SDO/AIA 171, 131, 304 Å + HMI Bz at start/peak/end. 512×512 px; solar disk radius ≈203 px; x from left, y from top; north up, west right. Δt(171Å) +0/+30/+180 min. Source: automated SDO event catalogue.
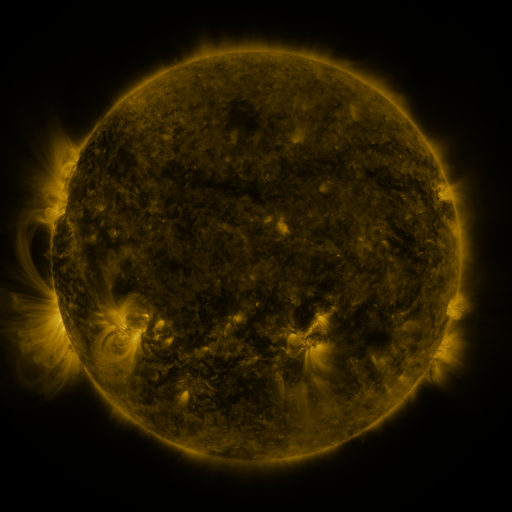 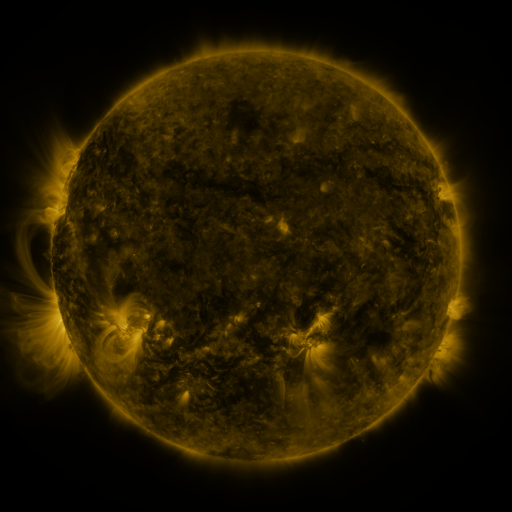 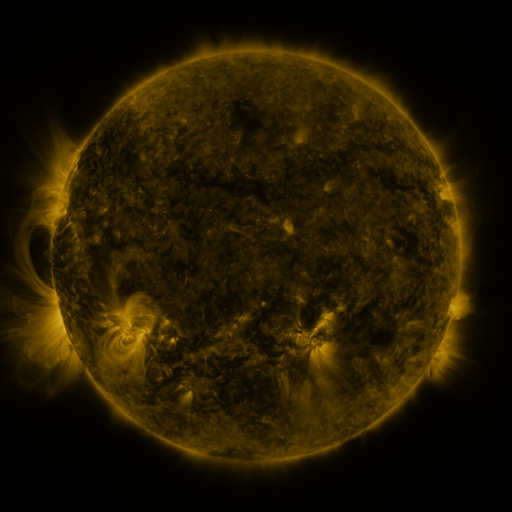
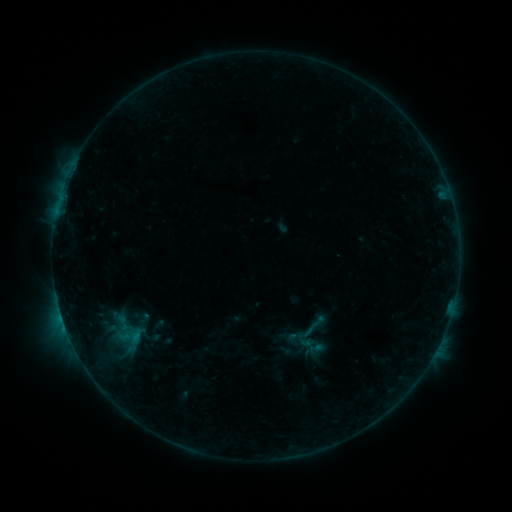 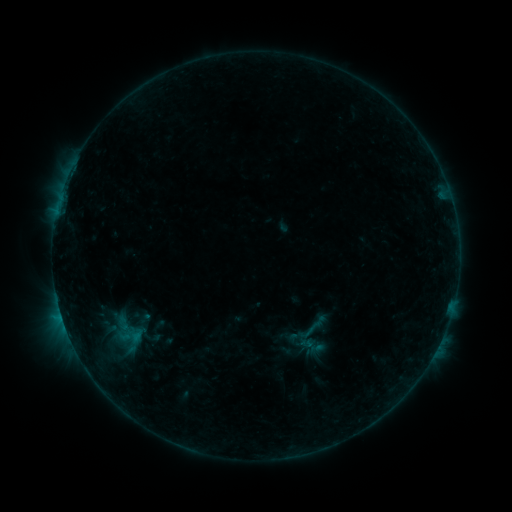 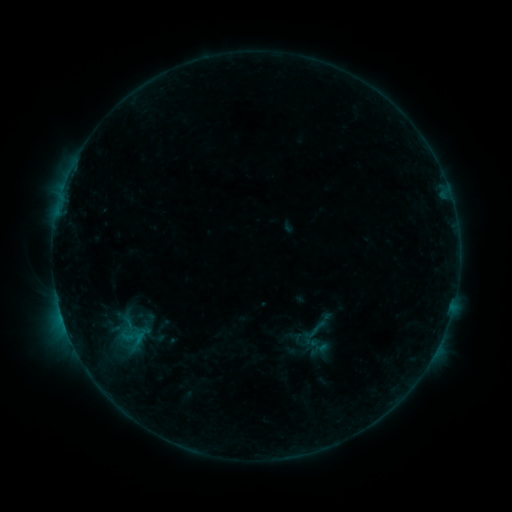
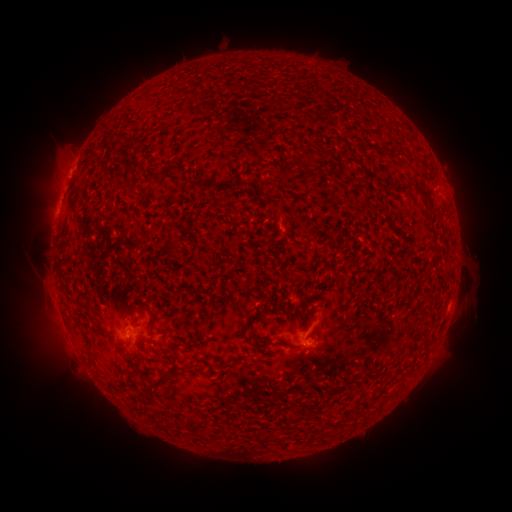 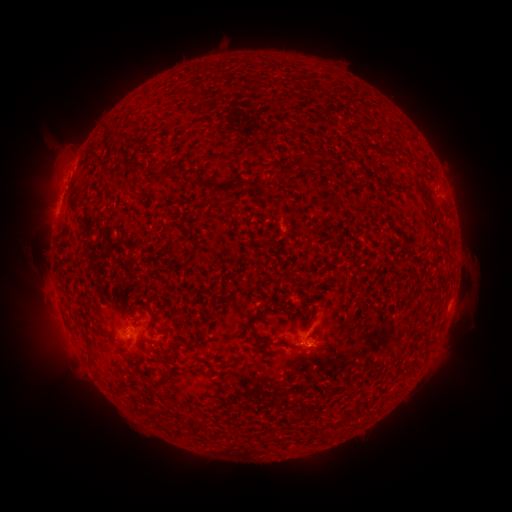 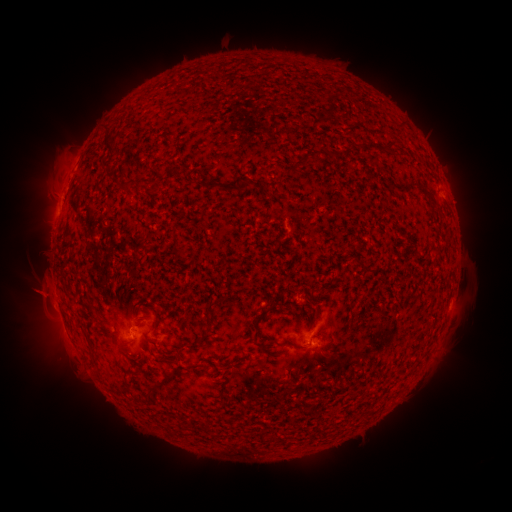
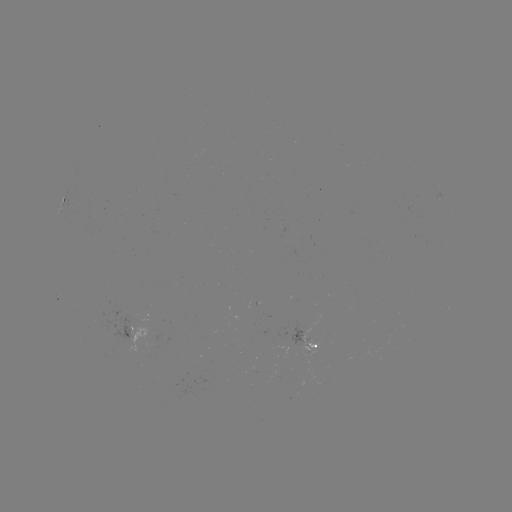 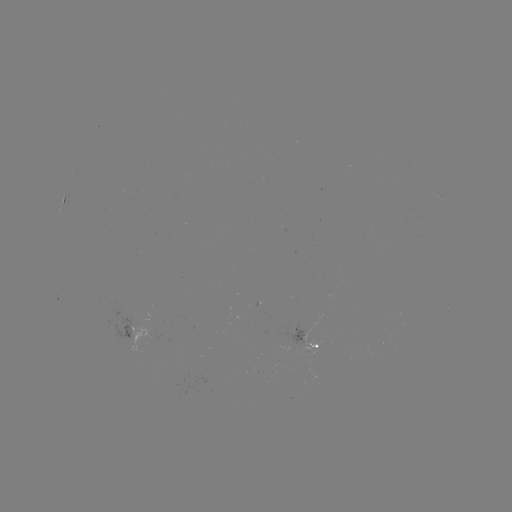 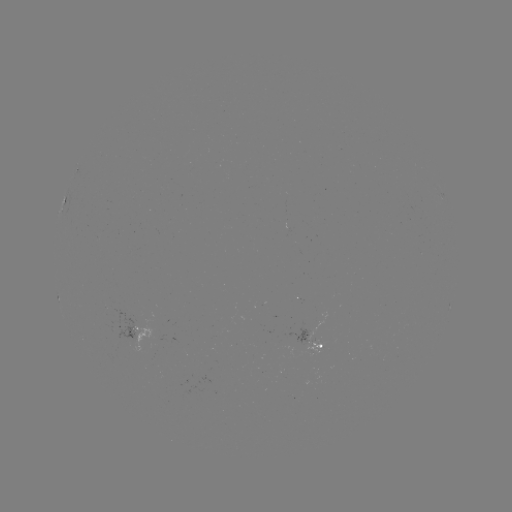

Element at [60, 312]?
B4.3 flare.